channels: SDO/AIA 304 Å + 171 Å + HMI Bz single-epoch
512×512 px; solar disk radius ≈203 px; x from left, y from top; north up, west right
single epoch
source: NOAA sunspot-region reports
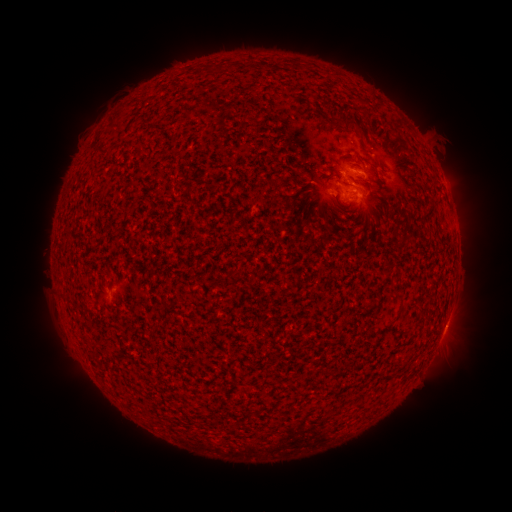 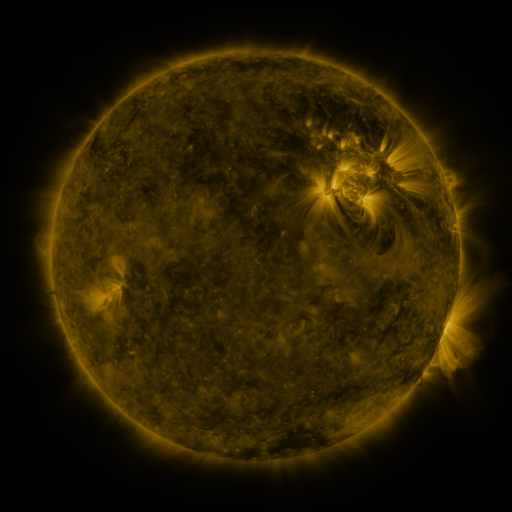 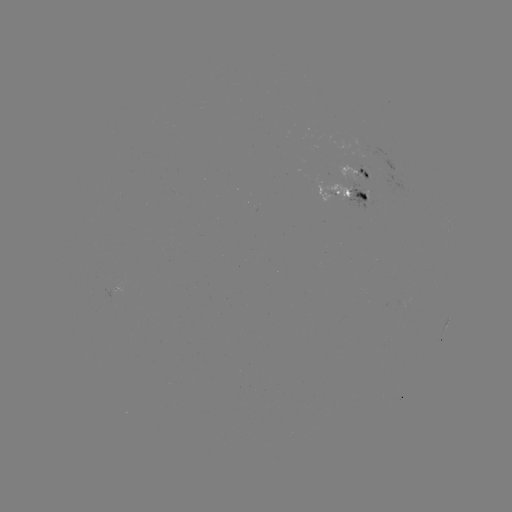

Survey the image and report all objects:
spotted active region: (358, 173)
spotted active region: (350, 195)
spotted active region: (445, 327)
